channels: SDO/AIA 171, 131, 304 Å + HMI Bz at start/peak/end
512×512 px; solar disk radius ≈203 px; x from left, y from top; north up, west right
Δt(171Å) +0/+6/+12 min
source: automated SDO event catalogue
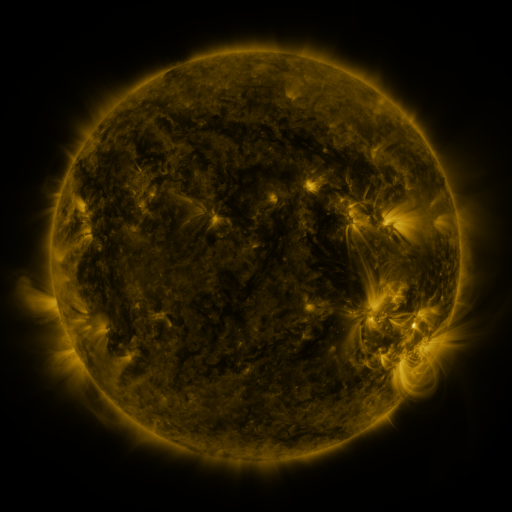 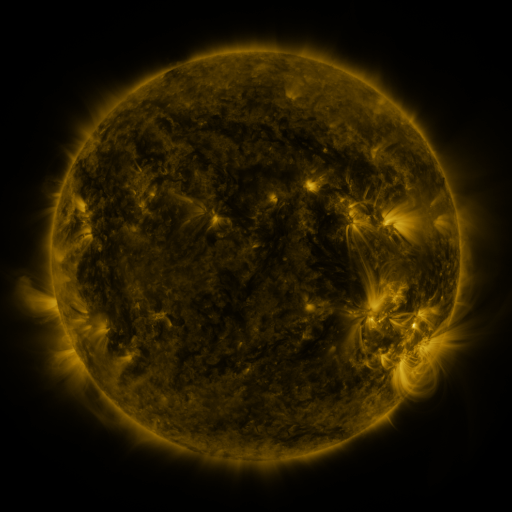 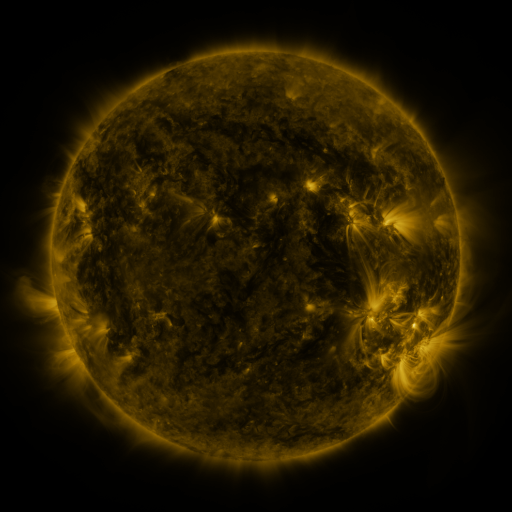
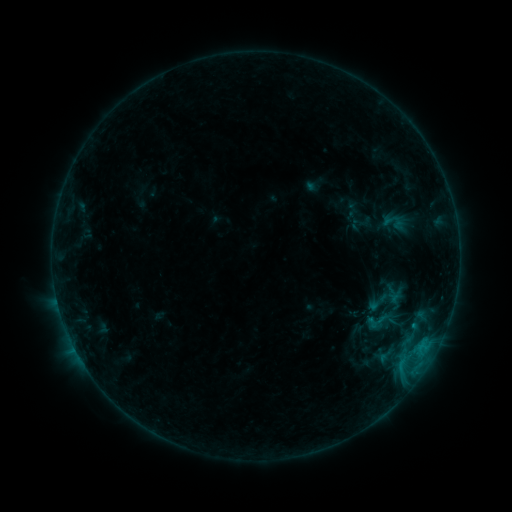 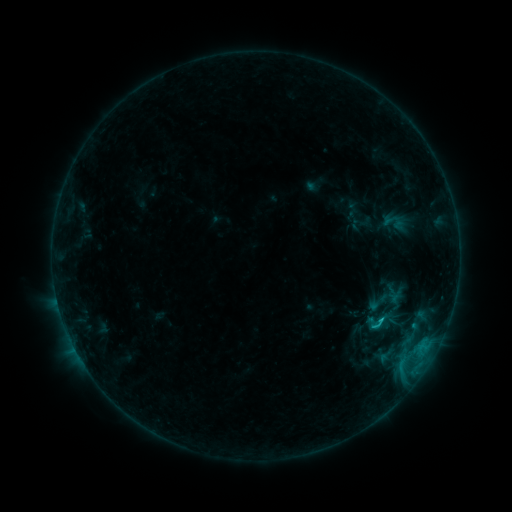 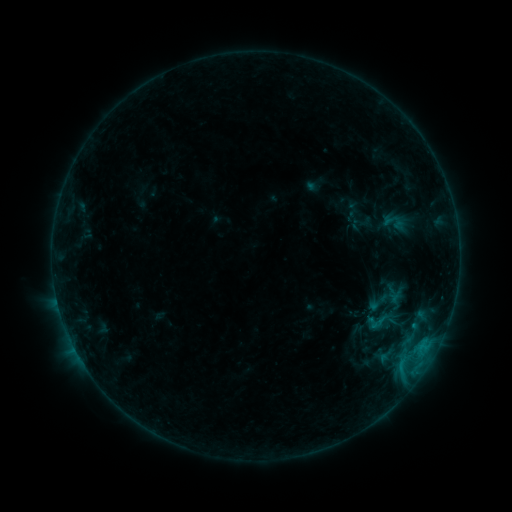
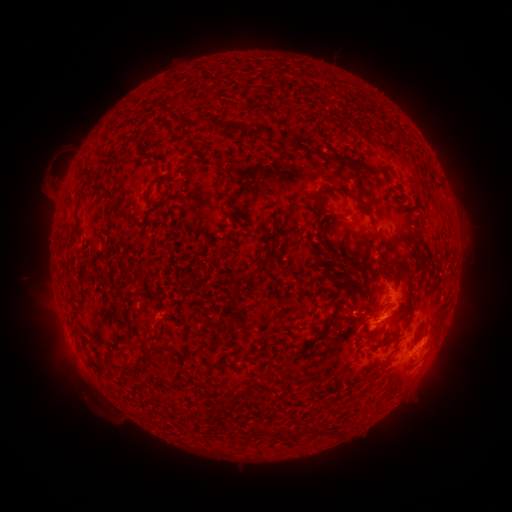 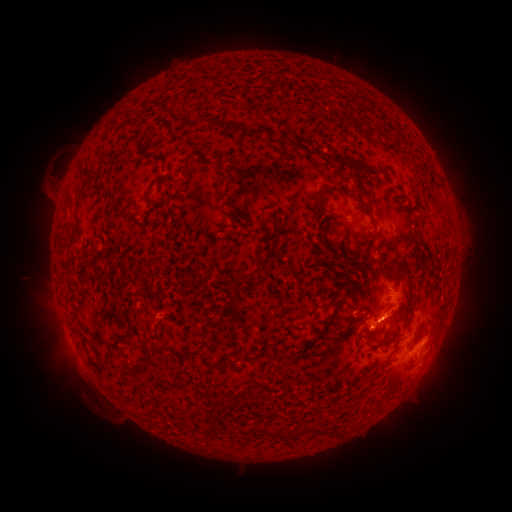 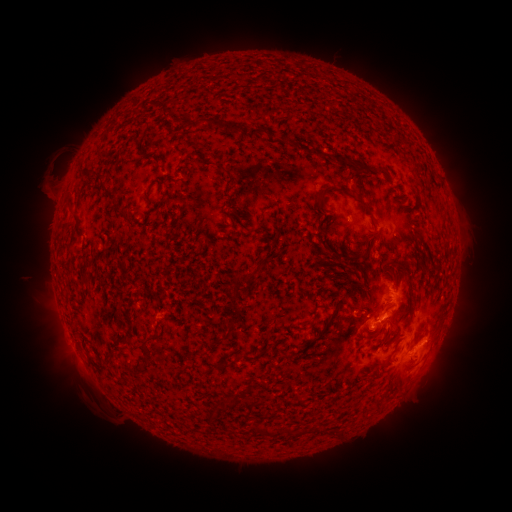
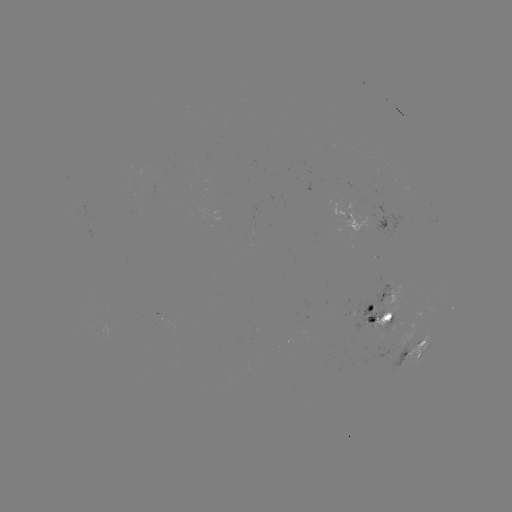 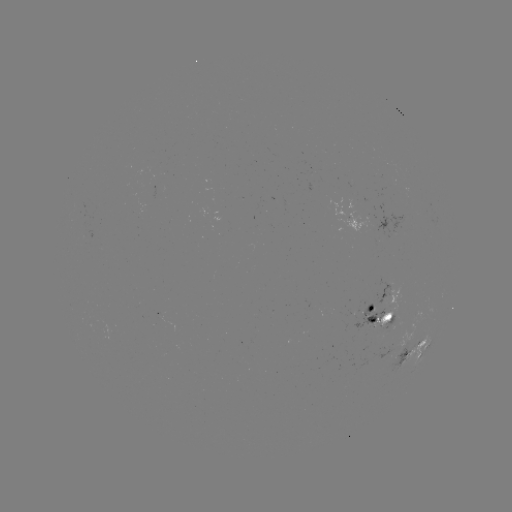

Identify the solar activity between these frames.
B9.9 flare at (378, 319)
